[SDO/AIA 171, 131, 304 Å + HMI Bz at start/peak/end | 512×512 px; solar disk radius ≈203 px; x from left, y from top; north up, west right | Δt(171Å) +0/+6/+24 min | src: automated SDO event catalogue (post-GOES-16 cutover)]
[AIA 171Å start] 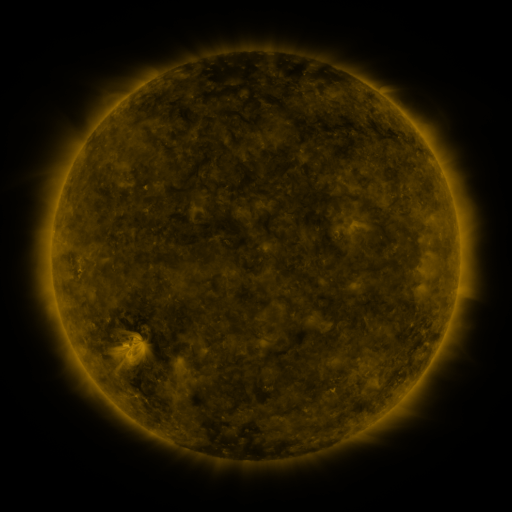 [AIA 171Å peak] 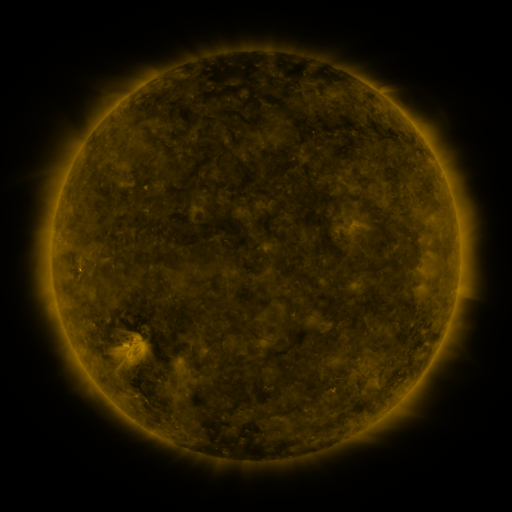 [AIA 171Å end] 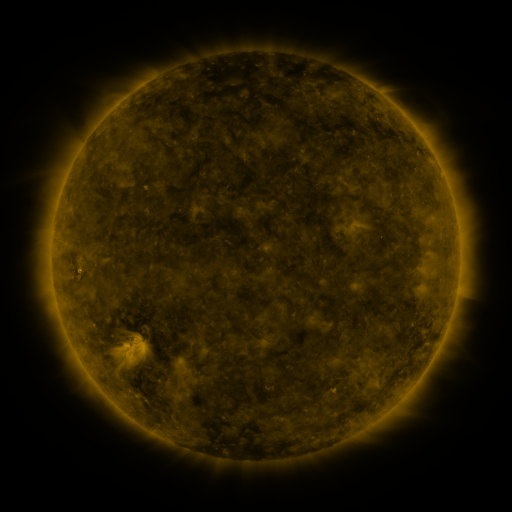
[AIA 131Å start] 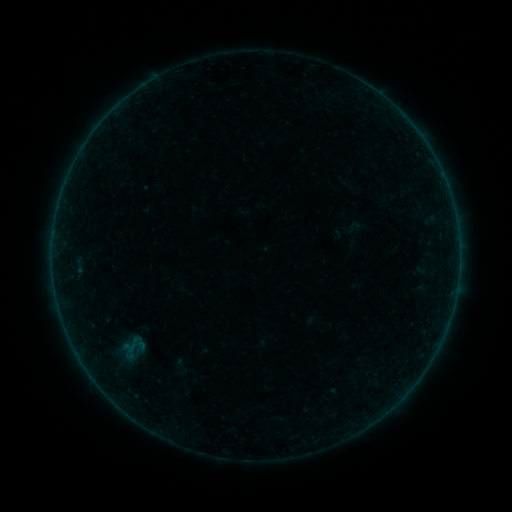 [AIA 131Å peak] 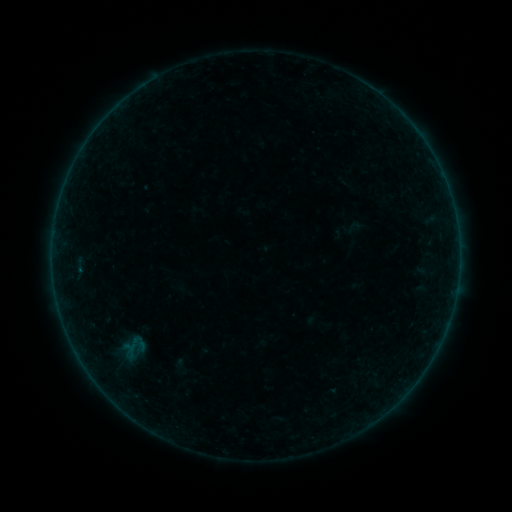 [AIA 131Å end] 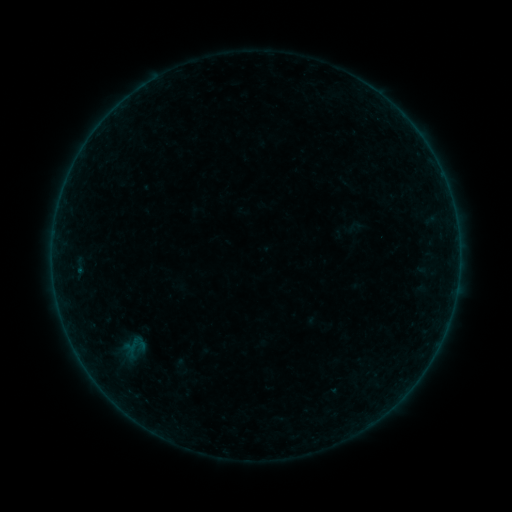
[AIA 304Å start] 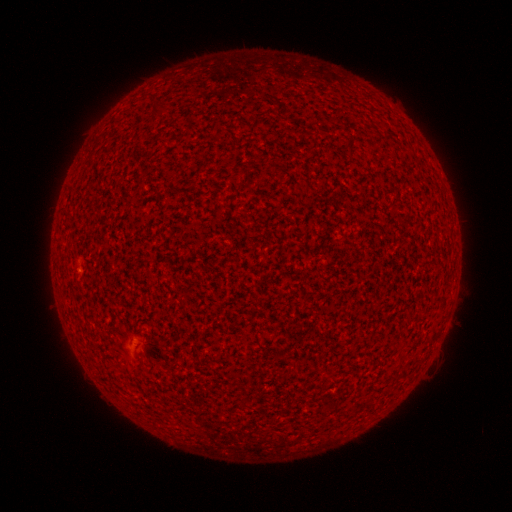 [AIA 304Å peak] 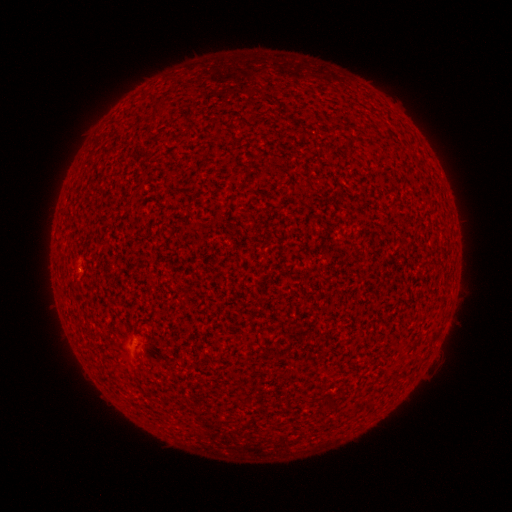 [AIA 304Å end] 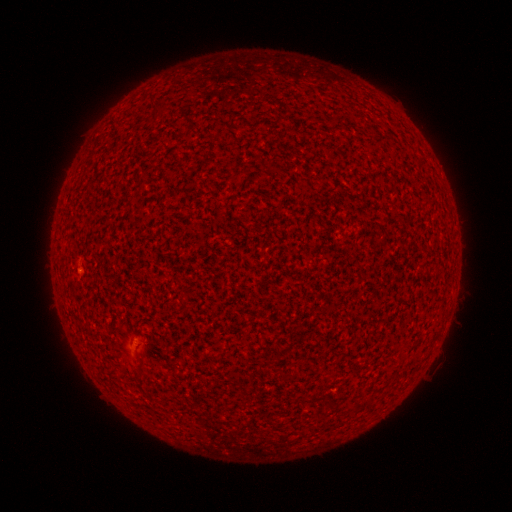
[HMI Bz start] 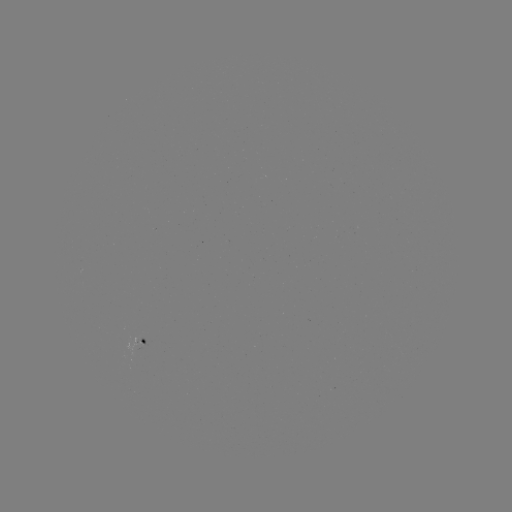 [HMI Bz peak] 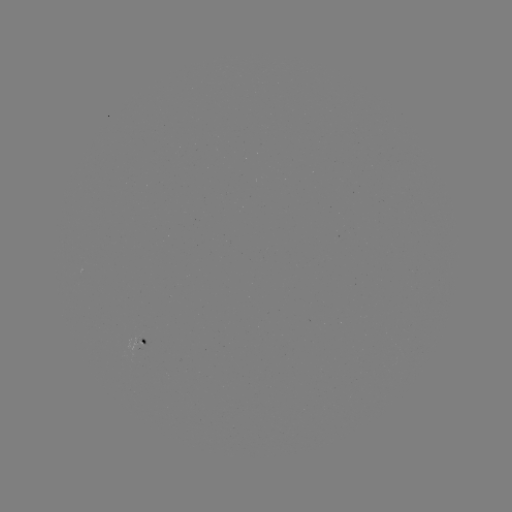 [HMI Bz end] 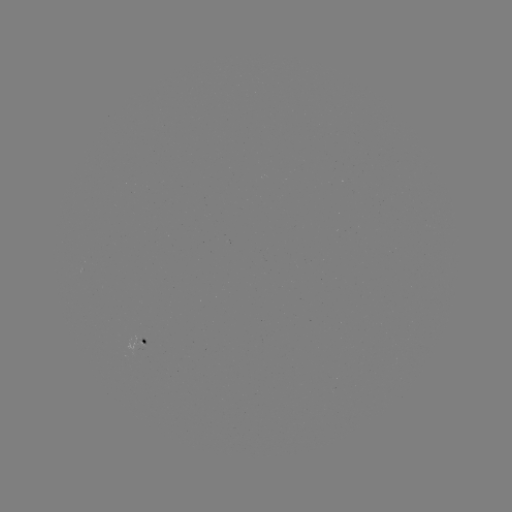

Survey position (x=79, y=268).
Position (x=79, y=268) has B1.0 flare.